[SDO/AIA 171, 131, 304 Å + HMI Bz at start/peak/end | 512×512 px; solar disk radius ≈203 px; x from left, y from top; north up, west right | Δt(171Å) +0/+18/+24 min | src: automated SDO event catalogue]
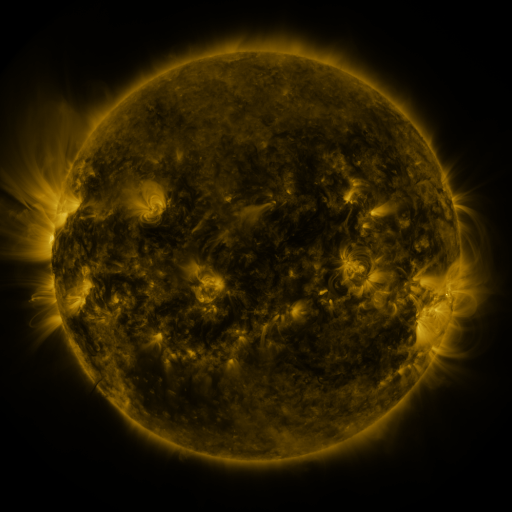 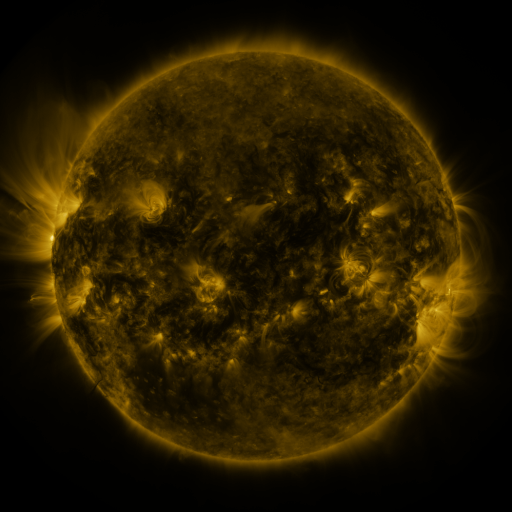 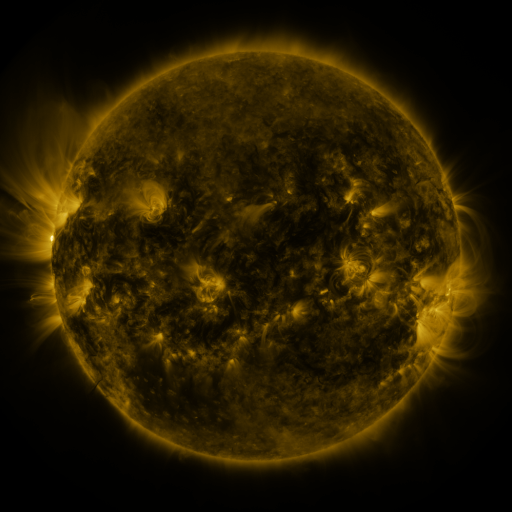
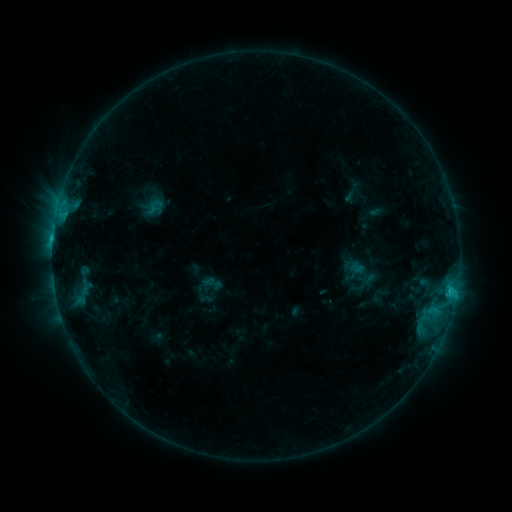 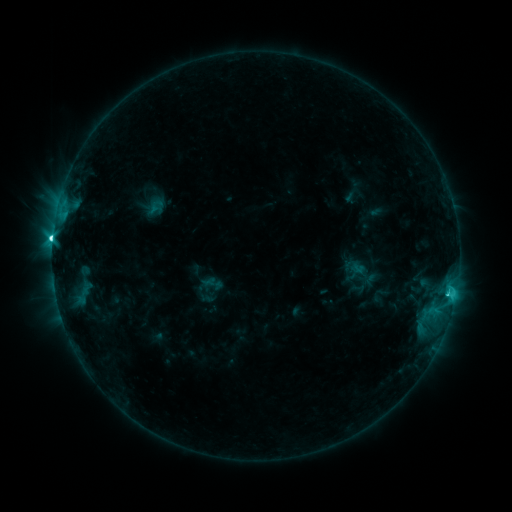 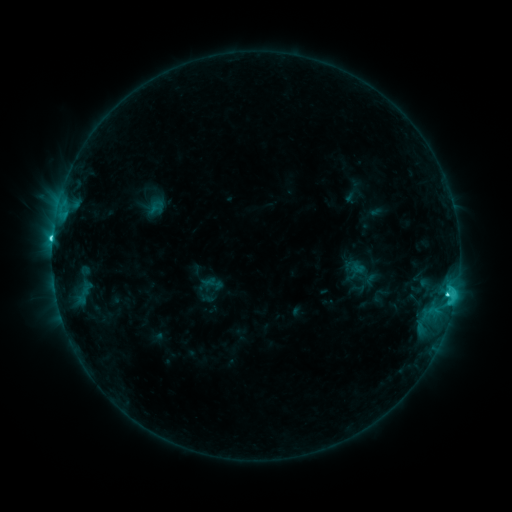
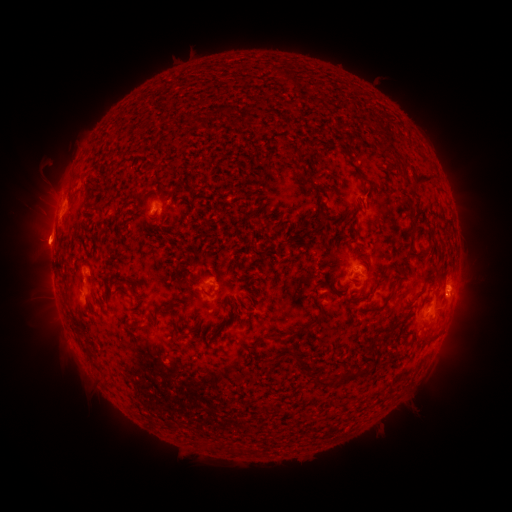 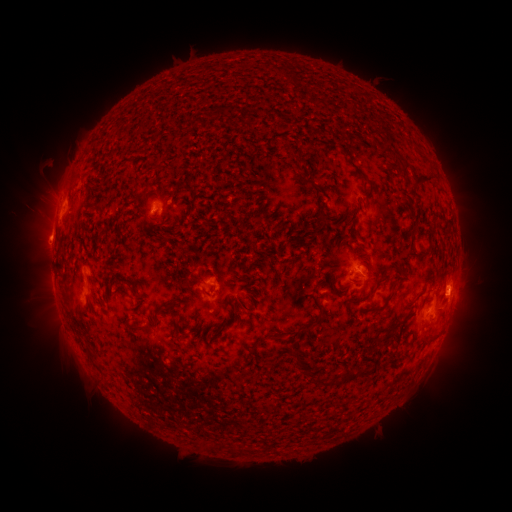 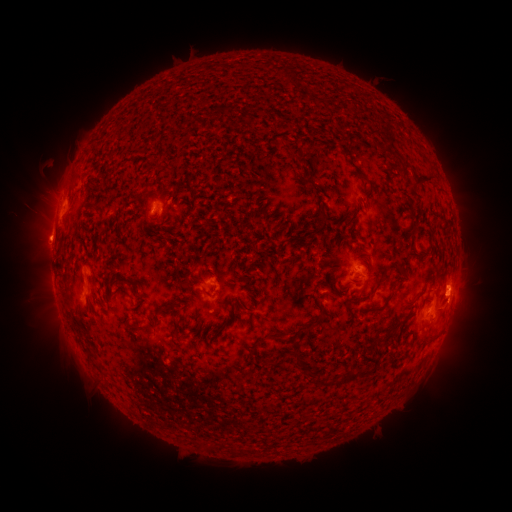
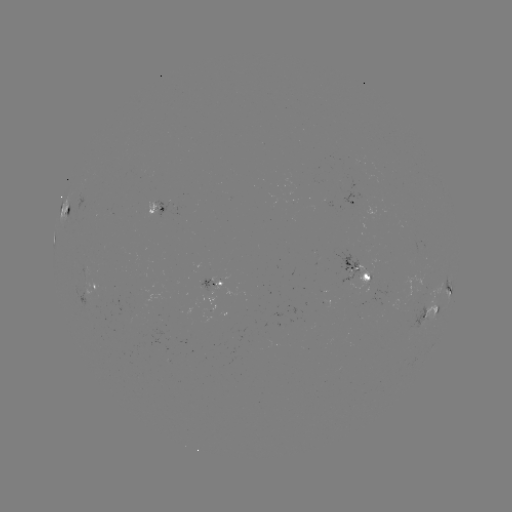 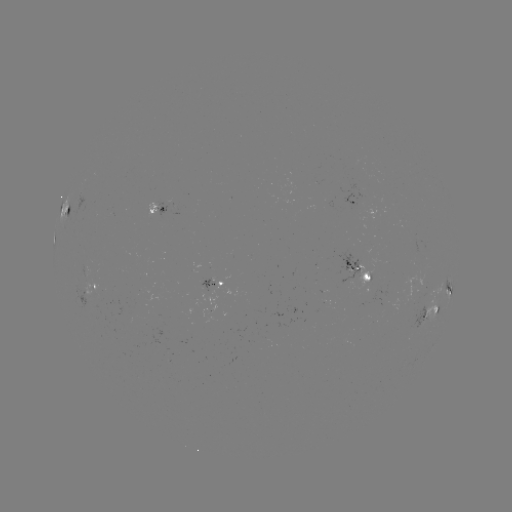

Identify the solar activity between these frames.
C8.0 flare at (53, 241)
